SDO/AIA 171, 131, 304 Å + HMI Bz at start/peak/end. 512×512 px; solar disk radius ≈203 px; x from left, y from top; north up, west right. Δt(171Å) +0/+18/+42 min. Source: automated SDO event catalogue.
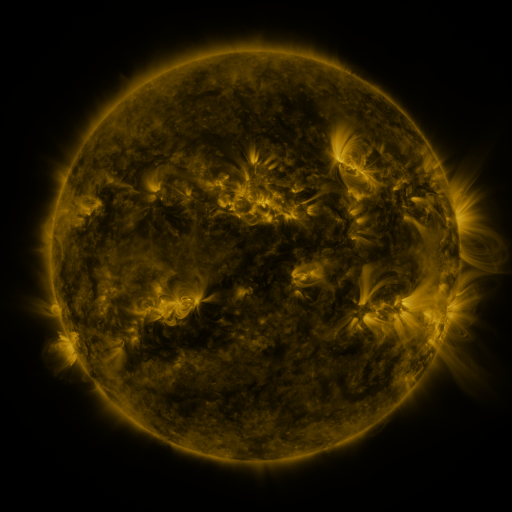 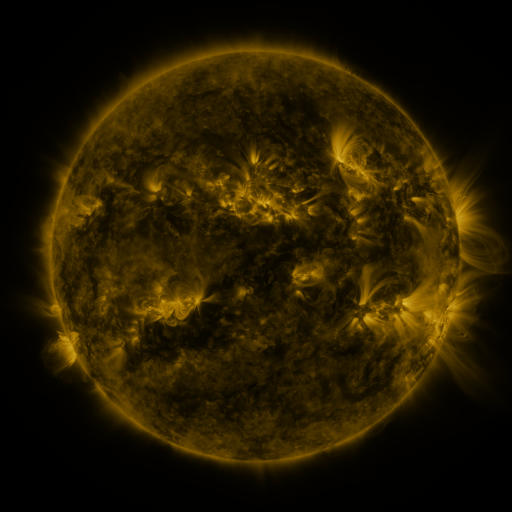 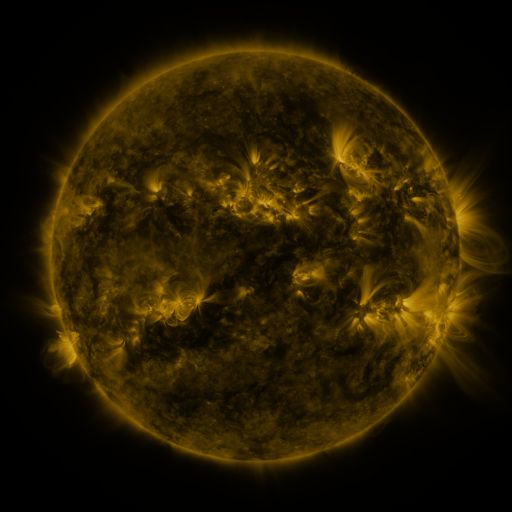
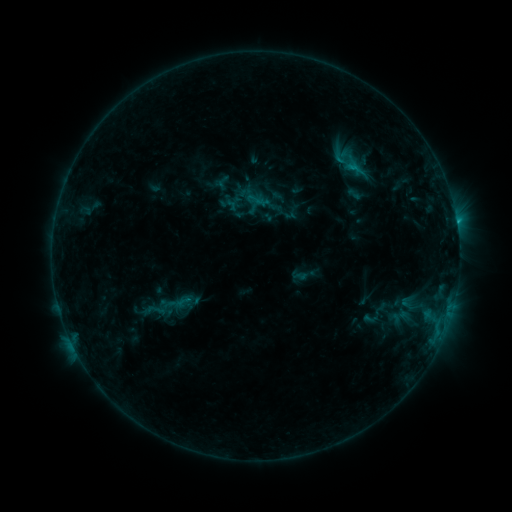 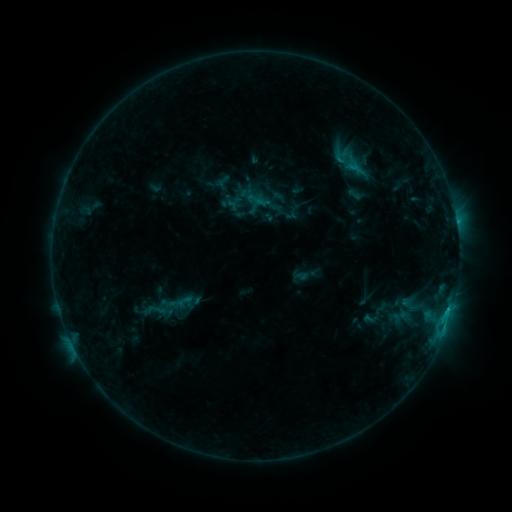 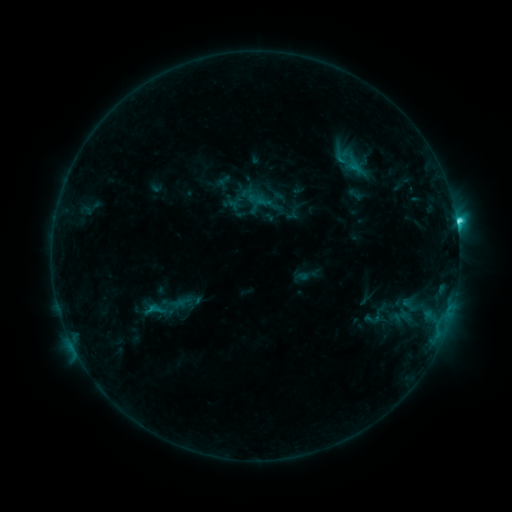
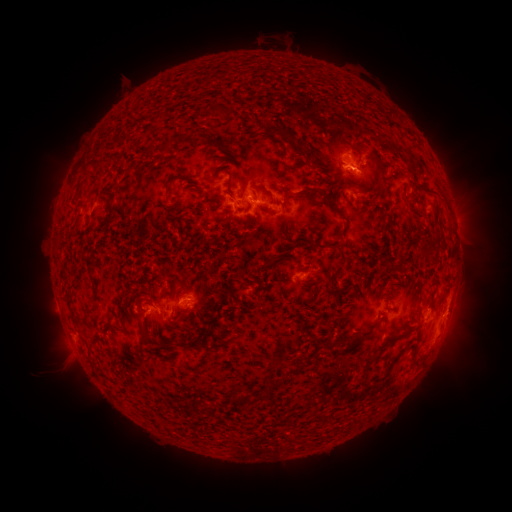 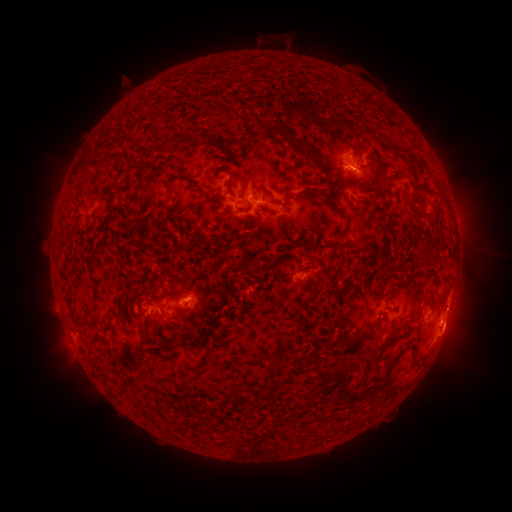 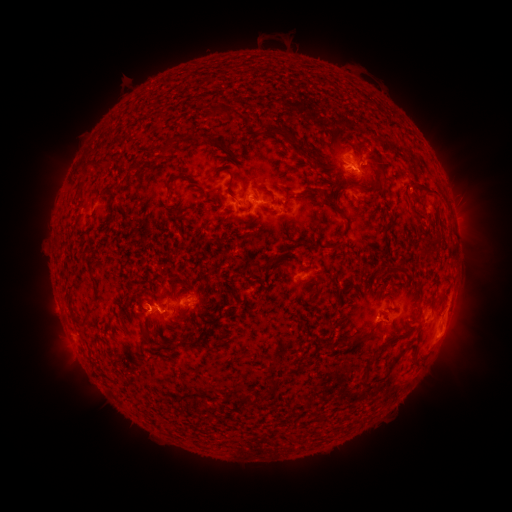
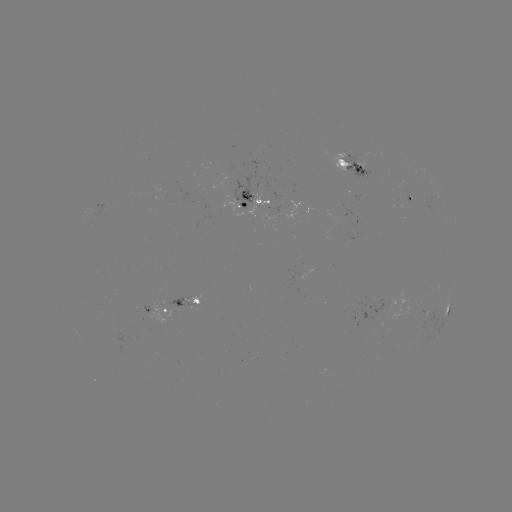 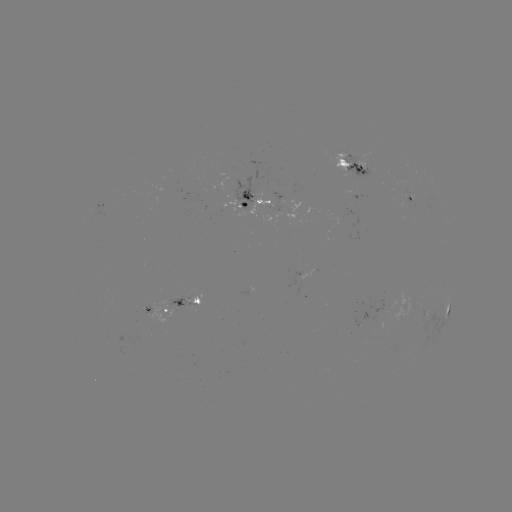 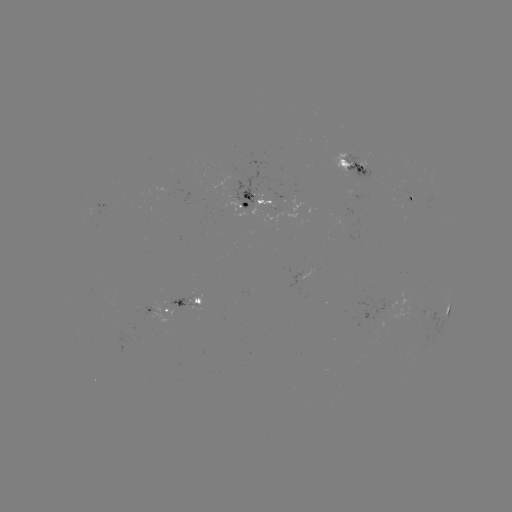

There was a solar eruption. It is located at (455, 334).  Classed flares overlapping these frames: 1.